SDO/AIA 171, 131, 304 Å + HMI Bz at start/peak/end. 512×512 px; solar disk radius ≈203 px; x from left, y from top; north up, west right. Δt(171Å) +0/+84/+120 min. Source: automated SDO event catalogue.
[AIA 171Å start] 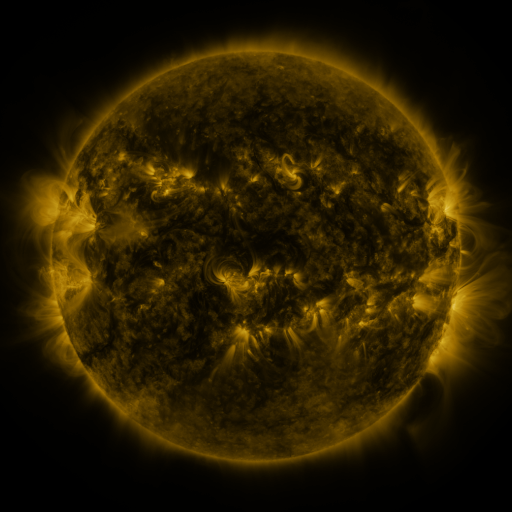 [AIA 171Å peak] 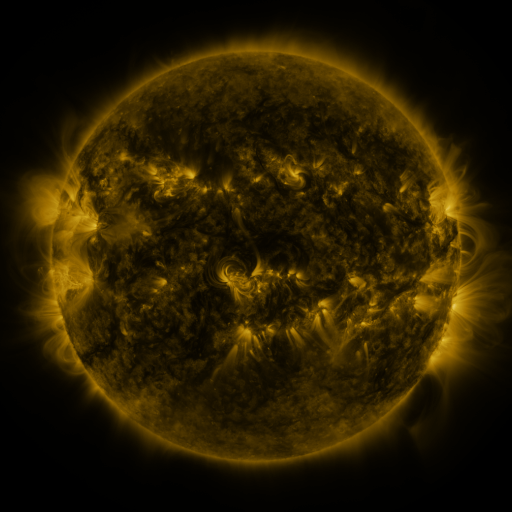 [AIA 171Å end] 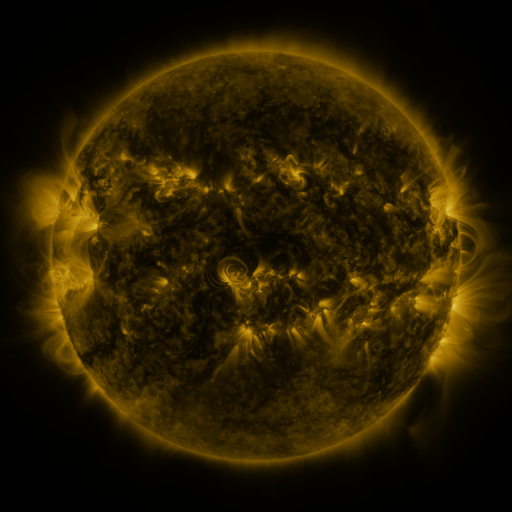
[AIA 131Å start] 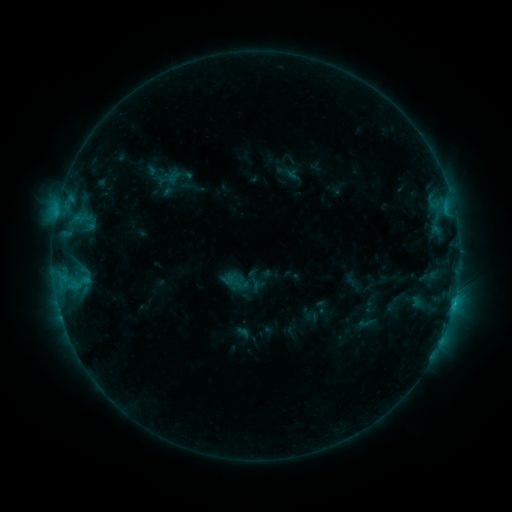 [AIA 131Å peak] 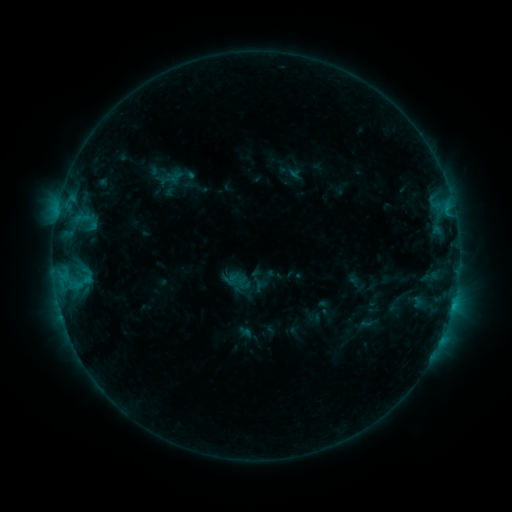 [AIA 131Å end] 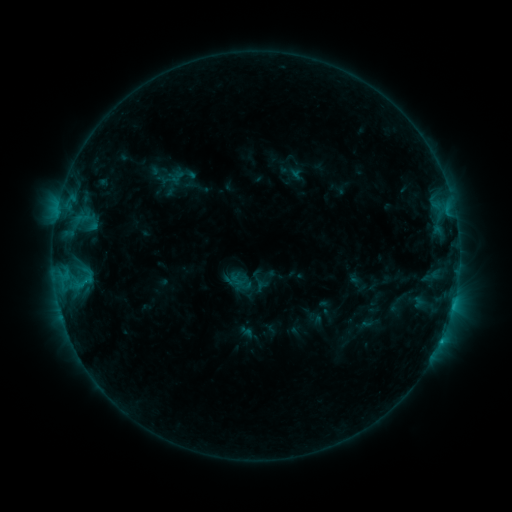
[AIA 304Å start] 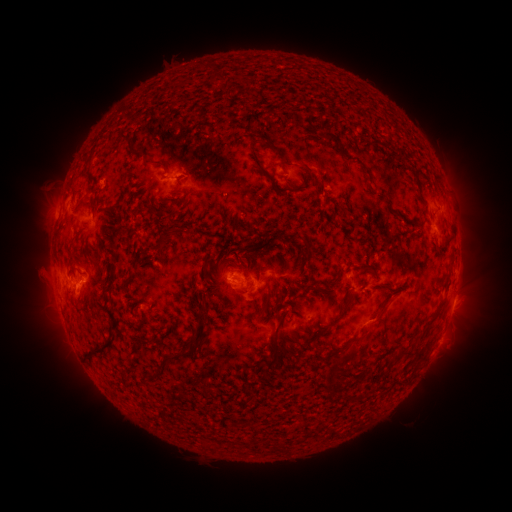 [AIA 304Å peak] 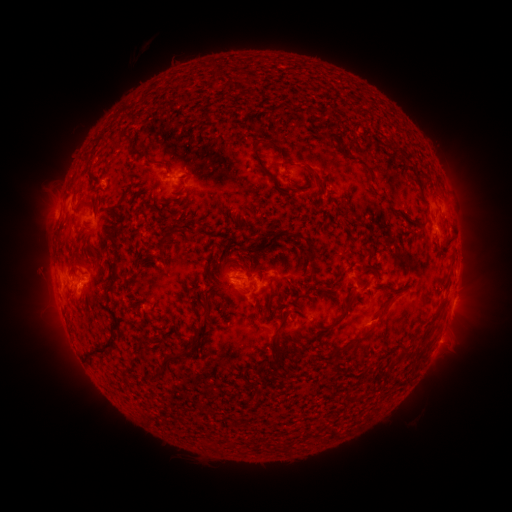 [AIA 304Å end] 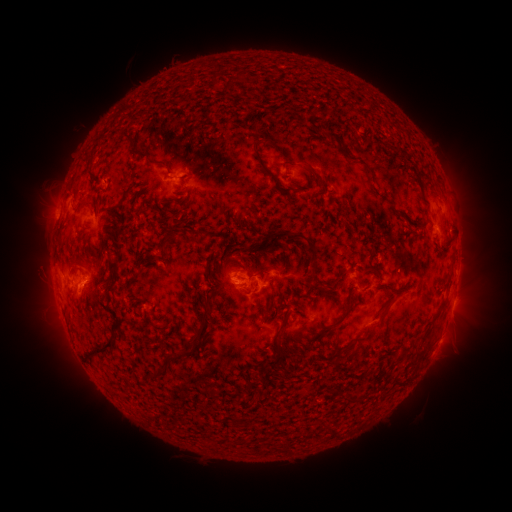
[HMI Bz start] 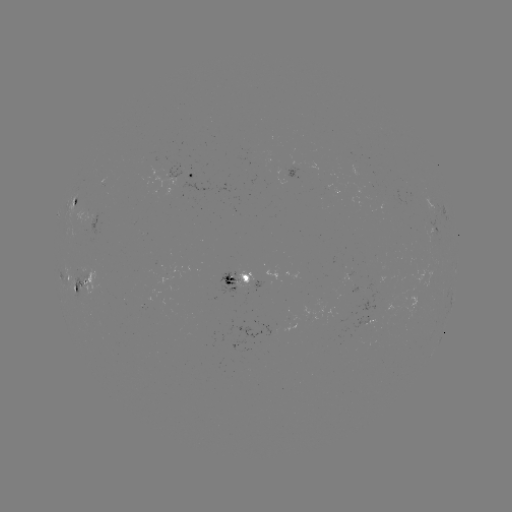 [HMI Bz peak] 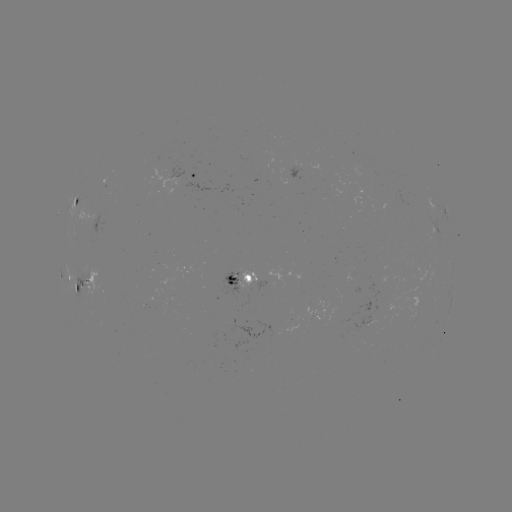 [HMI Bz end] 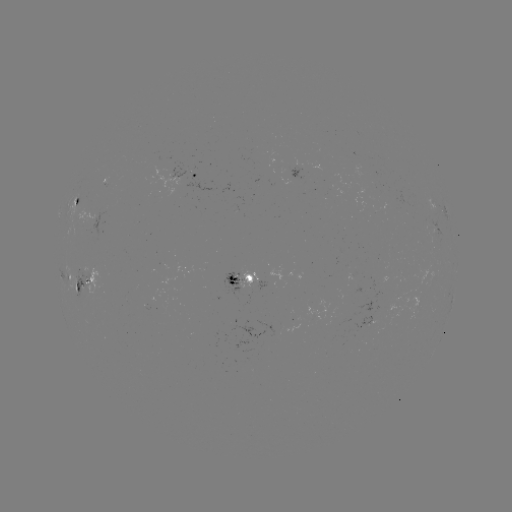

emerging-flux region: (100, 178, 107, 188)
